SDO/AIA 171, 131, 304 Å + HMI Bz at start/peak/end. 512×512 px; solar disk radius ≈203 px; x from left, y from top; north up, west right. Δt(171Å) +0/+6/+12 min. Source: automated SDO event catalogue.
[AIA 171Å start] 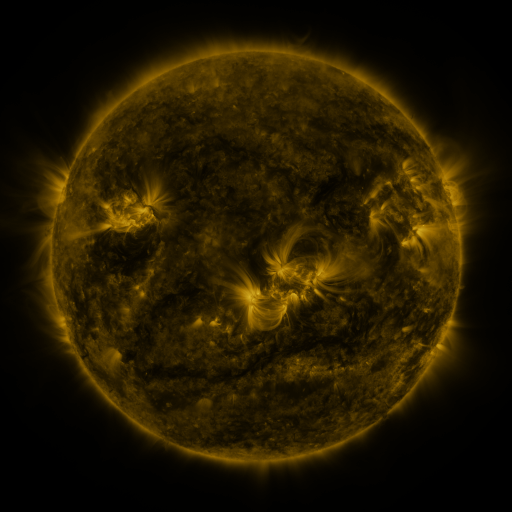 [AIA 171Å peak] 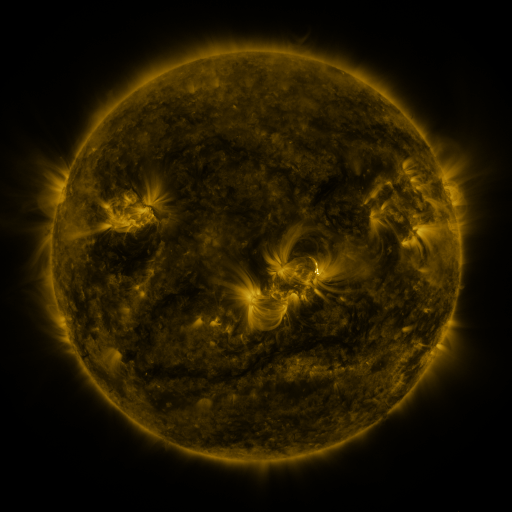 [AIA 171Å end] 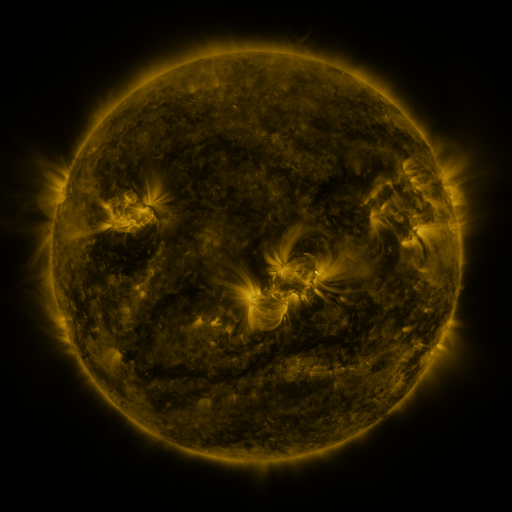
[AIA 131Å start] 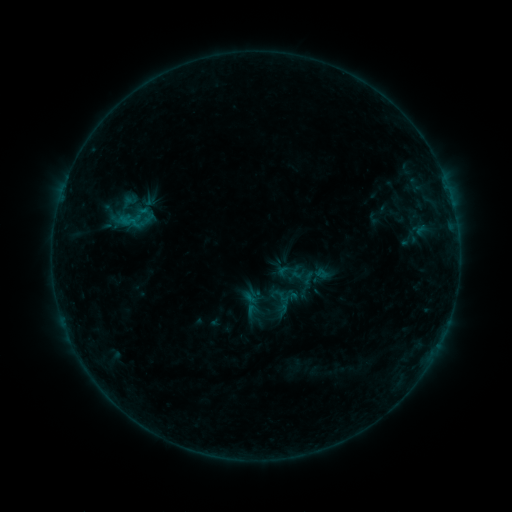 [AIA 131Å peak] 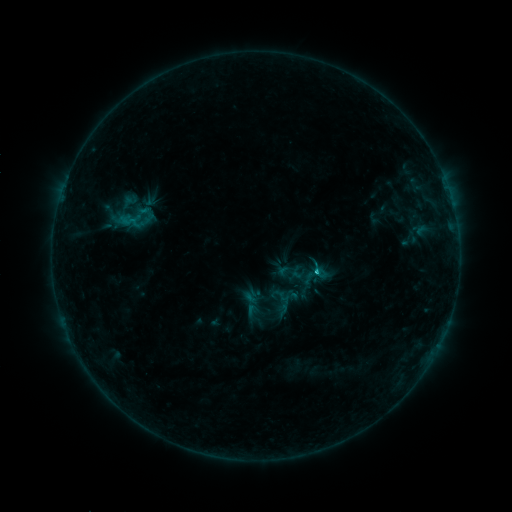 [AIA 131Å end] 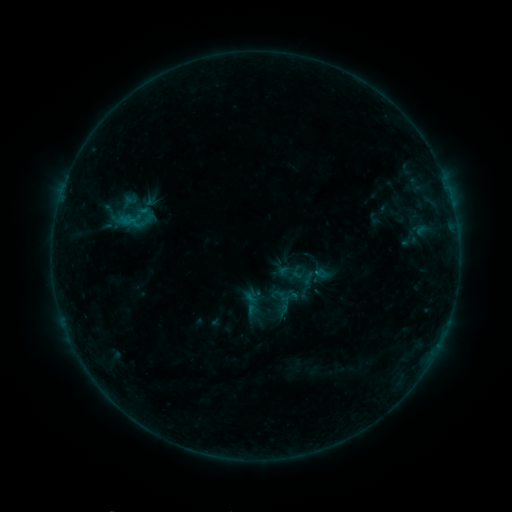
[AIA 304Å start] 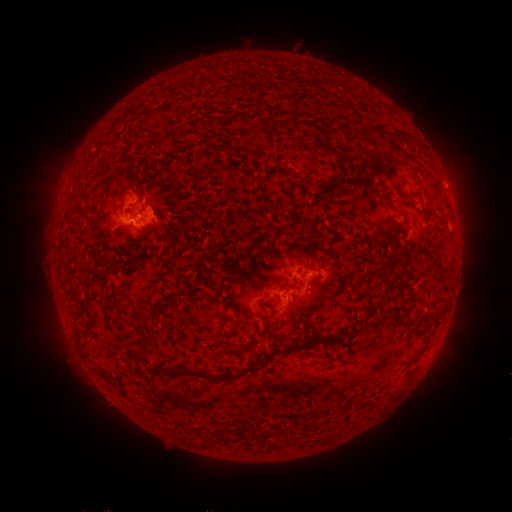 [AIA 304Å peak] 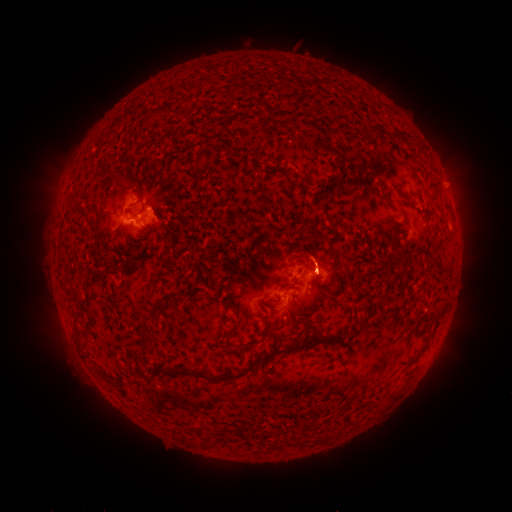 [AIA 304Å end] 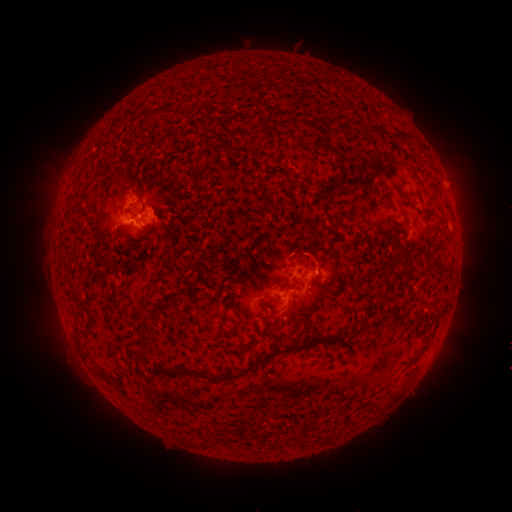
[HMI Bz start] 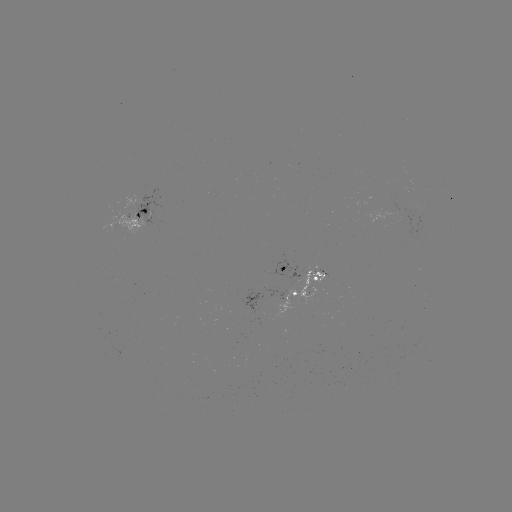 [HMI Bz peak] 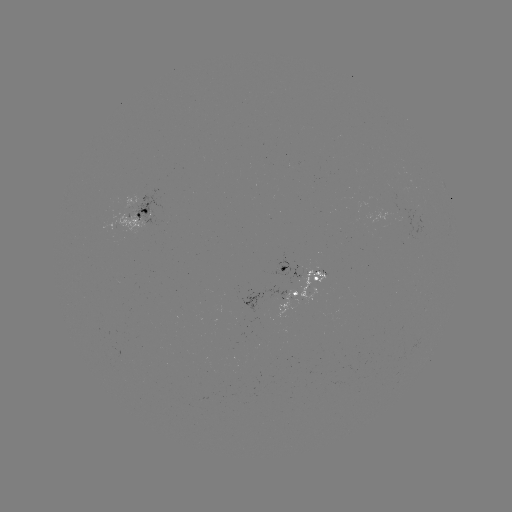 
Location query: eruption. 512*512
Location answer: (315, 251).